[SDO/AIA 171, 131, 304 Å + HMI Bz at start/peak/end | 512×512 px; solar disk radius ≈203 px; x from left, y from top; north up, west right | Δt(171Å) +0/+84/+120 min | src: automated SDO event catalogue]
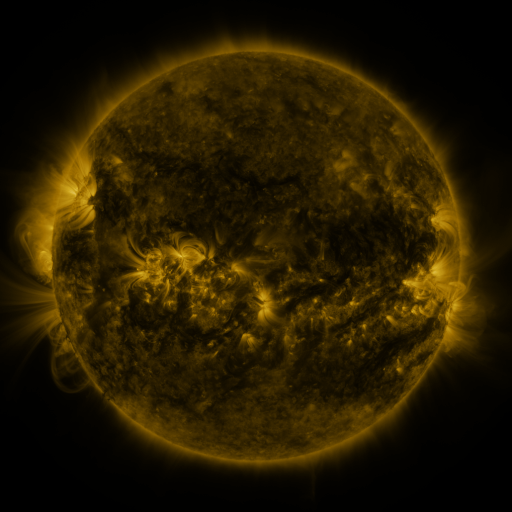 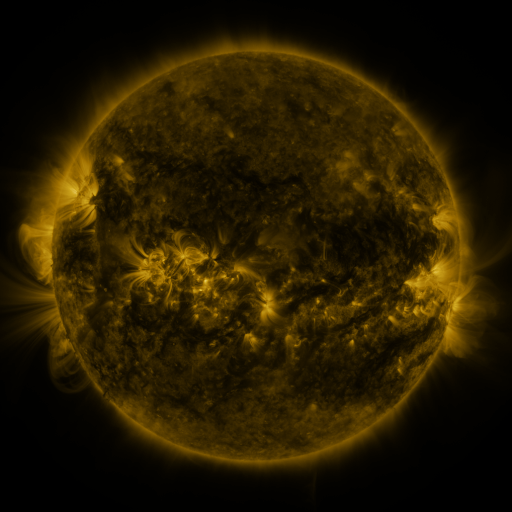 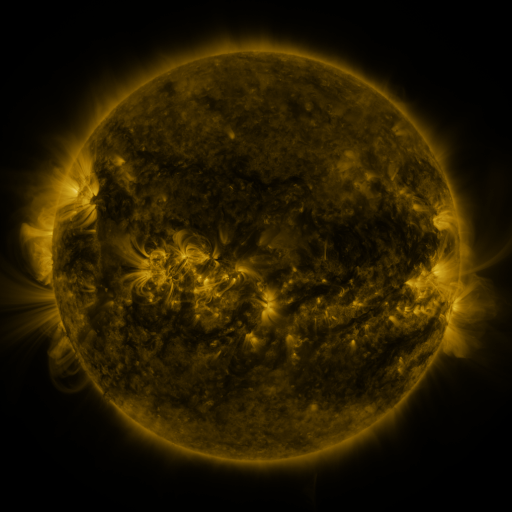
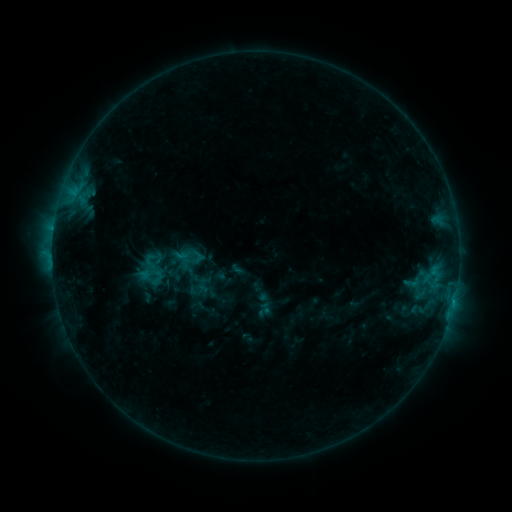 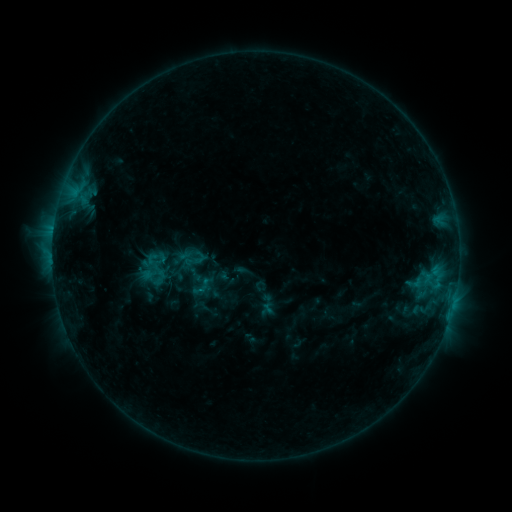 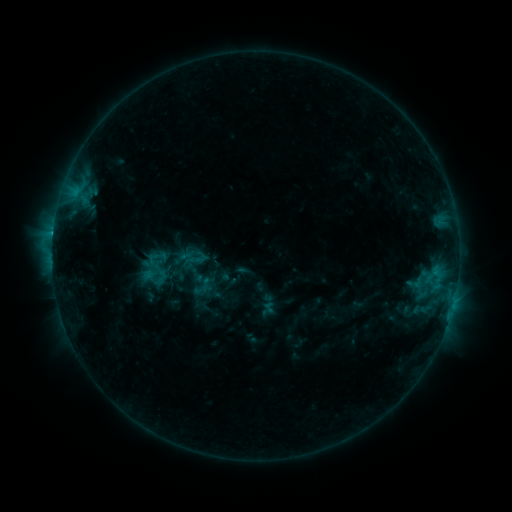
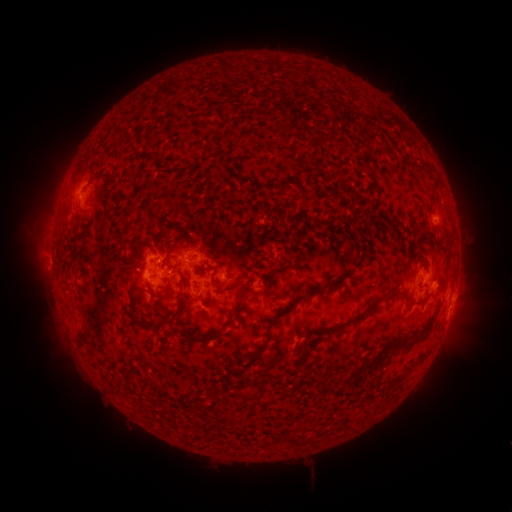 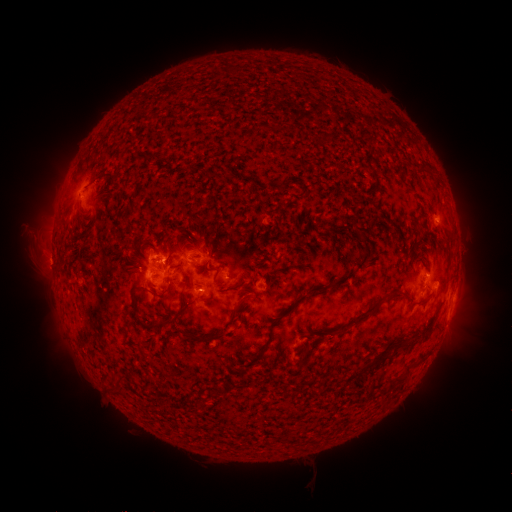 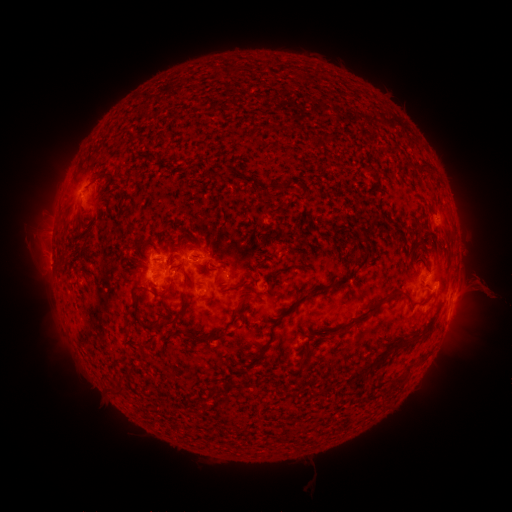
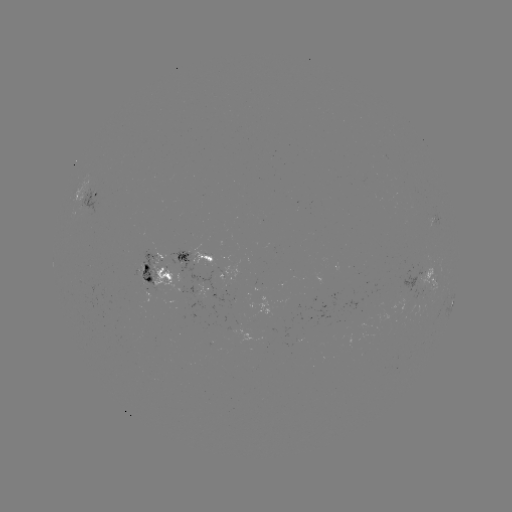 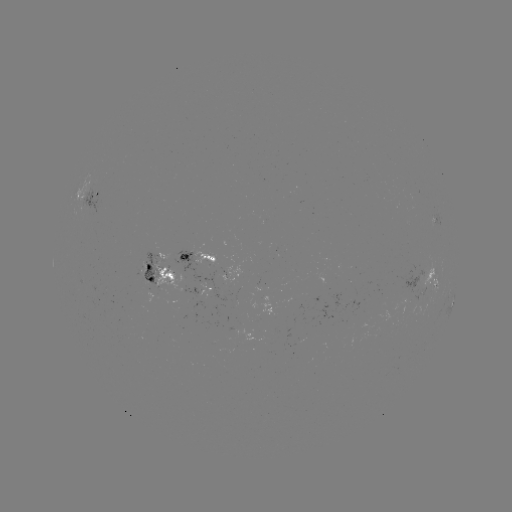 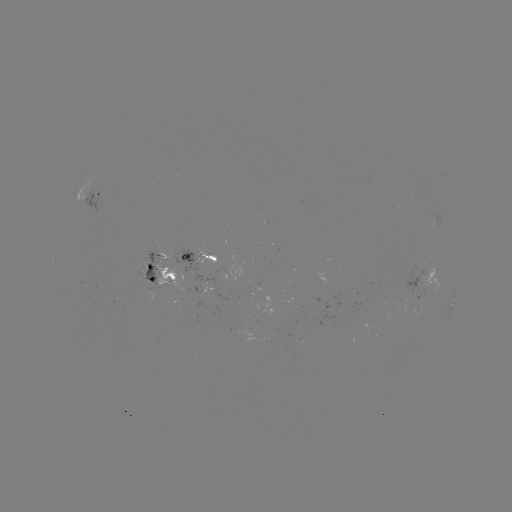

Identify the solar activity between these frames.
emerging-flux region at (201, 261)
